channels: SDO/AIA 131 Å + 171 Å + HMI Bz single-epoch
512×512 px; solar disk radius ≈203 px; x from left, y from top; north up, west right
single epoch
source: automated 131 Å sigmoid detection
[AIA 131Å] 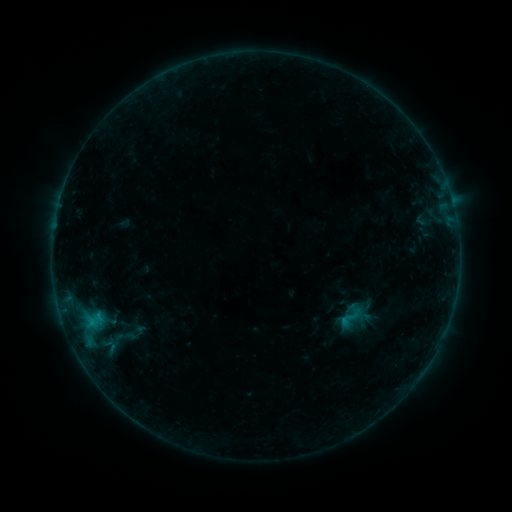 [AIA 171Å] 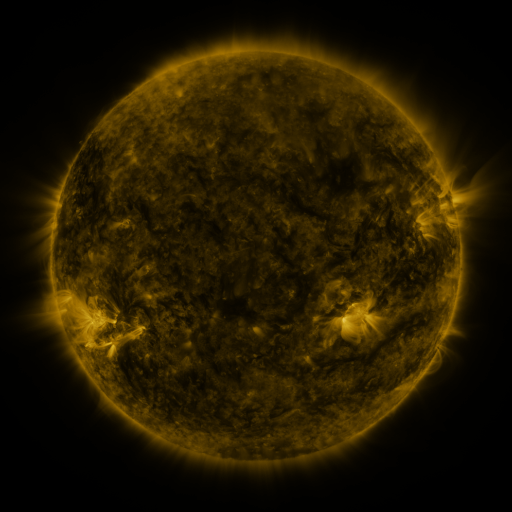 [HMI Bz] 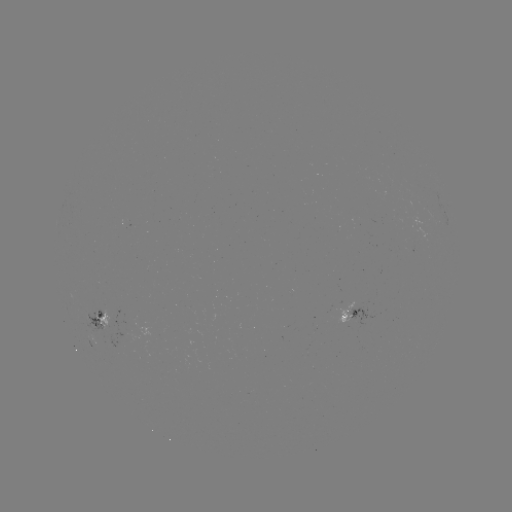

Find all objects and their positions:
sigmoid: (350, 318)
